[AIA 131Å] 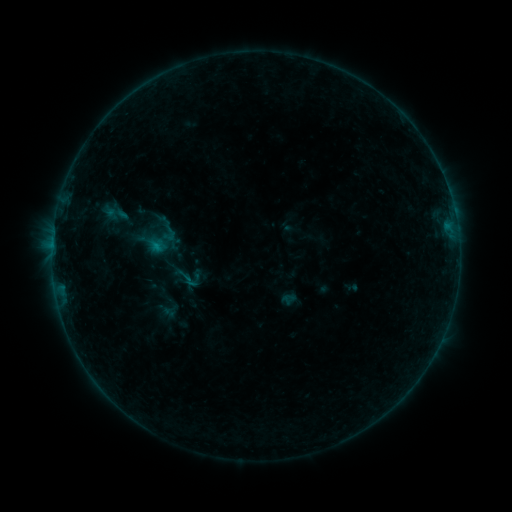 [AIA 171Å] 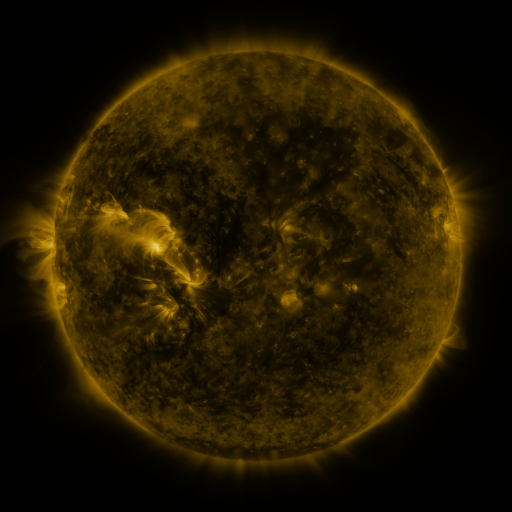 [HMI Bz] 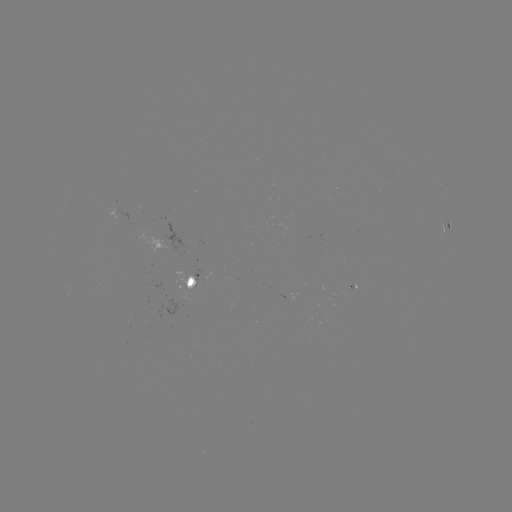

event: sigmoid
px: (188, 277)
